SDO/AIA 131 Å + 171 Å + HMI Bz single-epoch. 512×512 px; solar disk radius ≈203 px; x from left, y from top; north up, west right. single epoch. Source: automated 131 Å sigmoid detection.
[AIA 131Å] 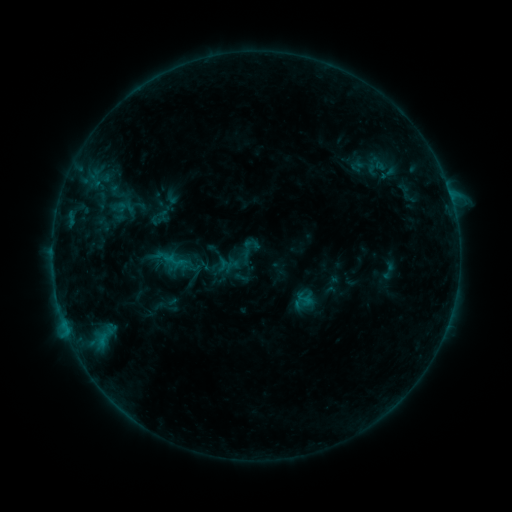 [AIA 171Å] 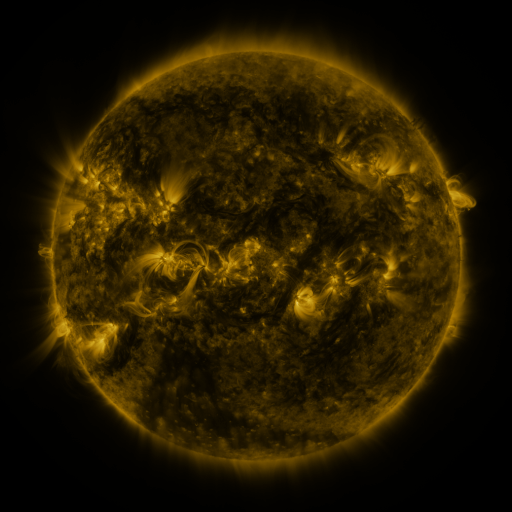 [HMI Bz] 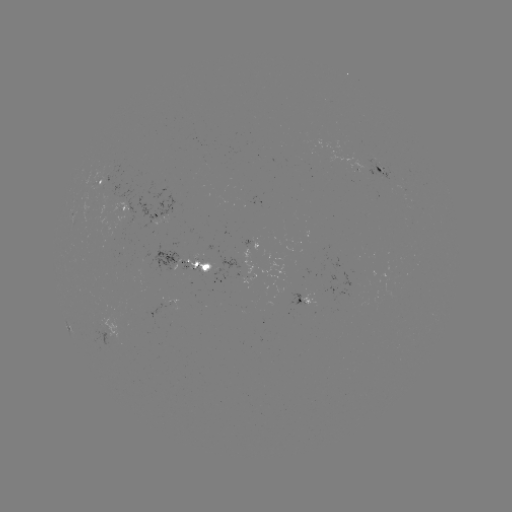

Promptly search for sigmoid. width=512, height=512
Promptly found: (304, 299).